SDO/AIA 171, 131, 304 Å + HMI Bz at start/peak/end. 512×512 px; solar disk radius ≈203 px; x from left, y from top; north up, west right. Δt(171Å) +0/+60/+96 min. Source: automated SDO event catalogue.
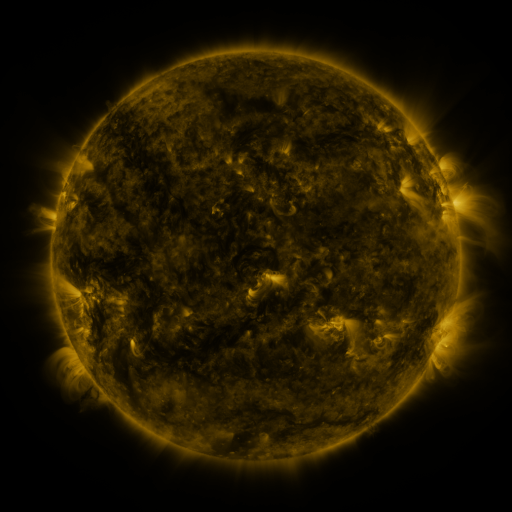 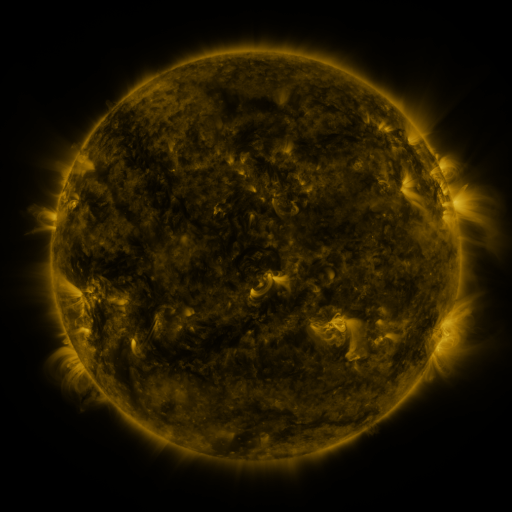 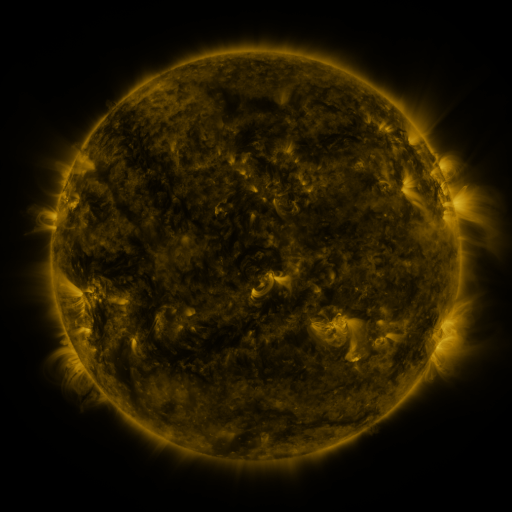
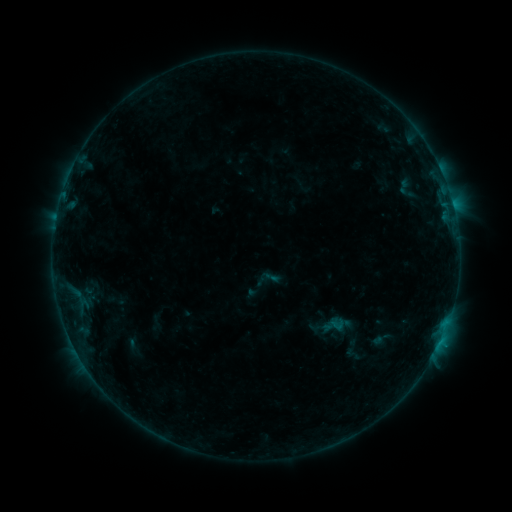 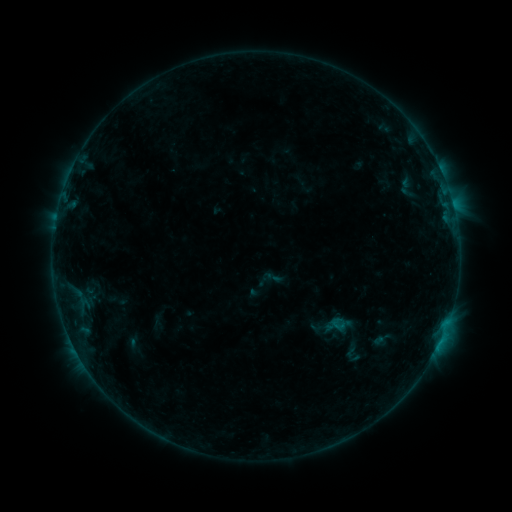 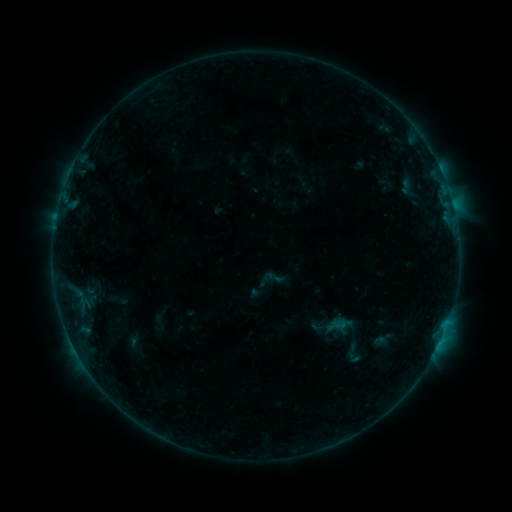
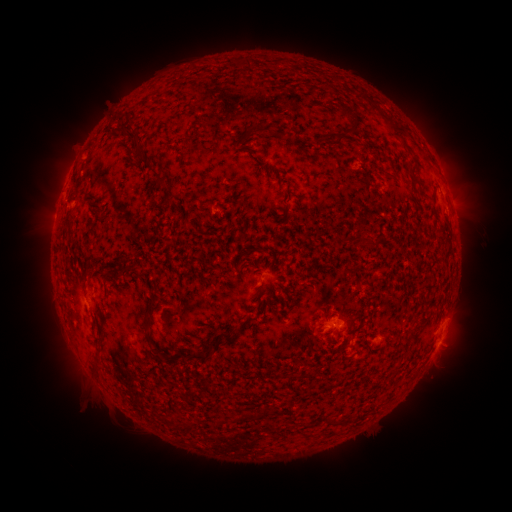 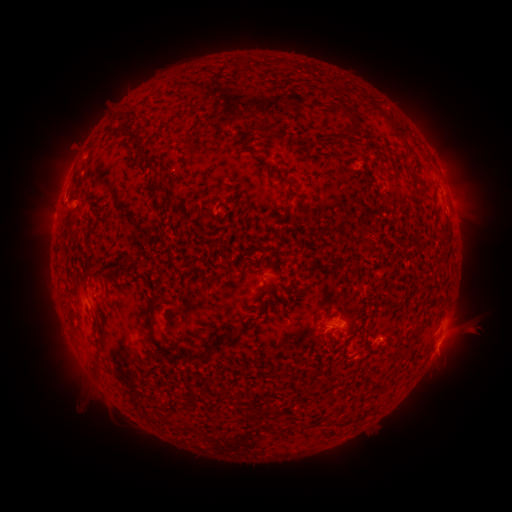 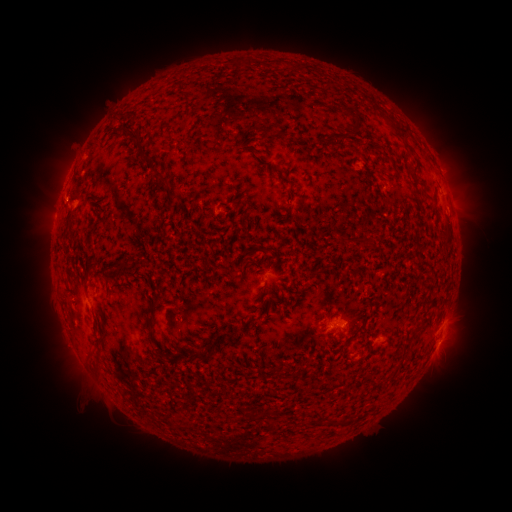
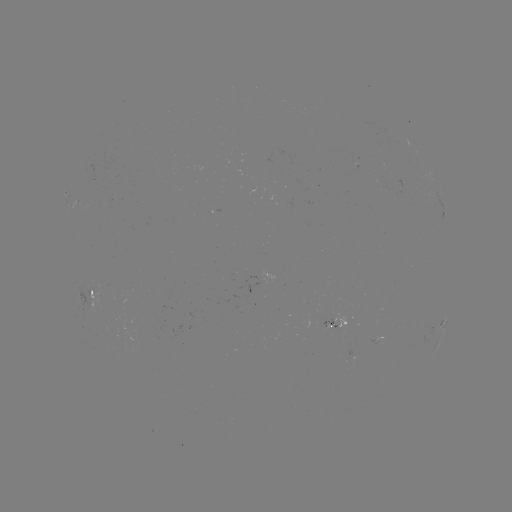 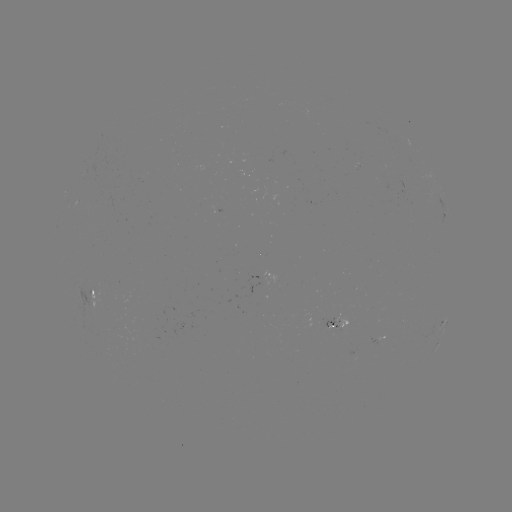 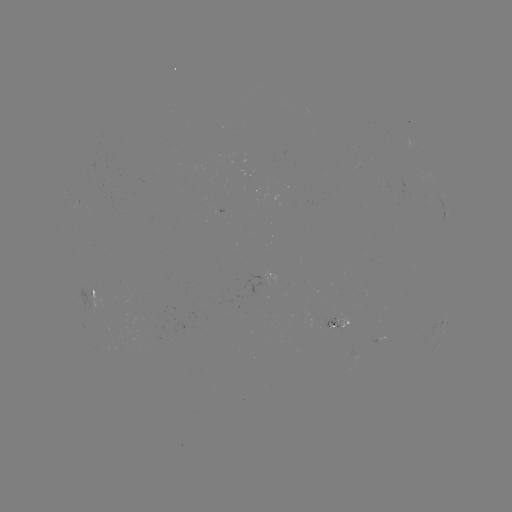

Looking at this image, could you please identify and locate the emerging-flux region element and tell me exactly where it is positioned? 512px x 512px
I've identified emerging-flux region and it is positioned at [333, 328].